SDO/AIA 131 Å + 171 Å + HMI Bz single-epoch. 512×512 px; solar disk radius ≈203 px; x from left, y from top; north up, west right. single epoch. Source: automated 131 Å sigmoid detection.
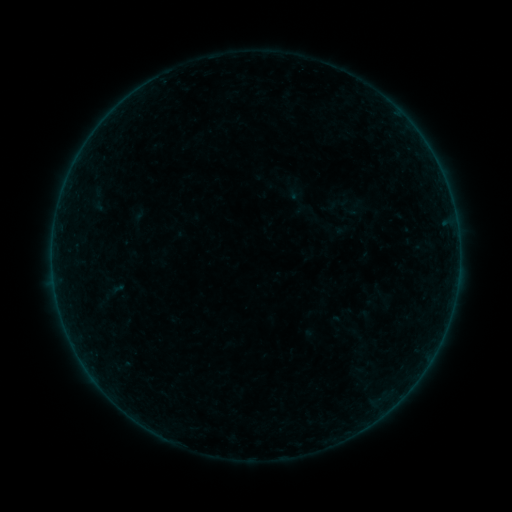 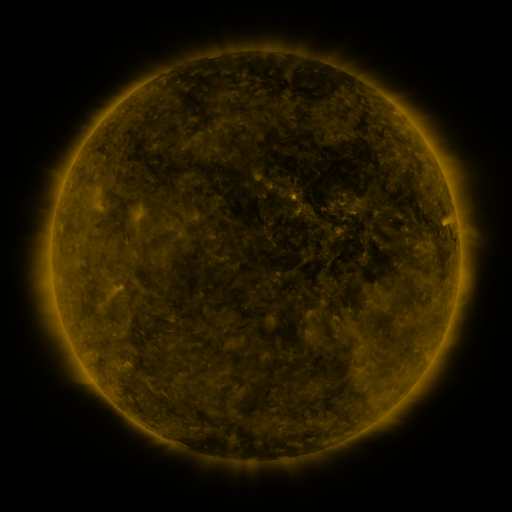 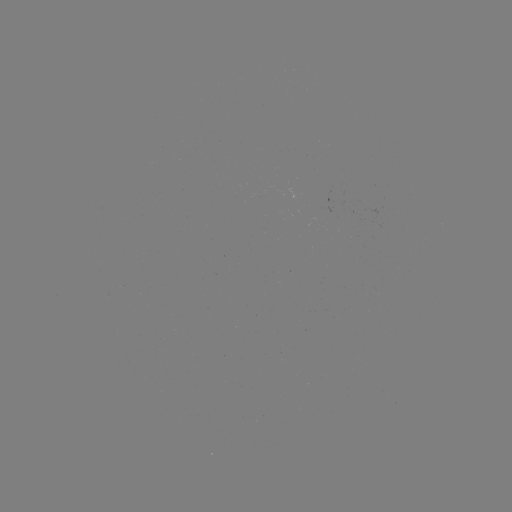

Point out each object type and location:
sigmoid: (339, 204)
